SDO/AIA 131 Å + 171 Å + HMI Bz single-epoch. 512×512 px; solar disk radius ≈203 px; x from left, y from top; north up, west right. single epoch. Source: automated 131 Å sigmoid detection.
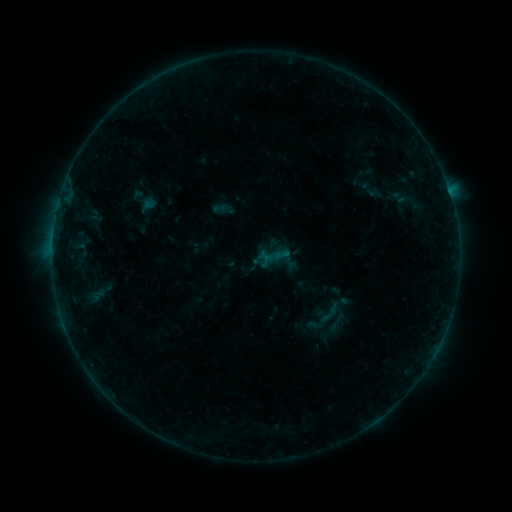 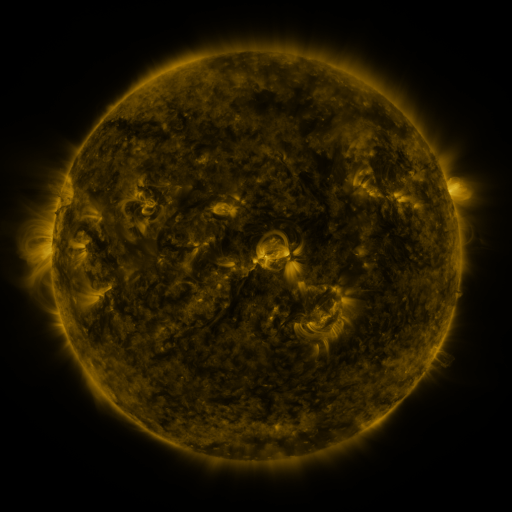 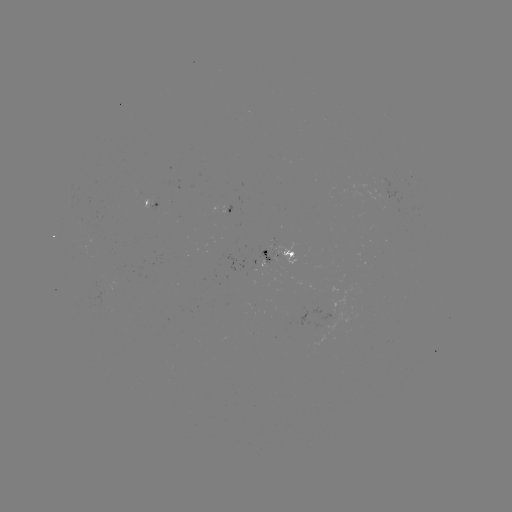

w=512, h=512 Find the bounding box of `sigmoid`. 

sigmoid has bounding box [305, 316, 322, 335].